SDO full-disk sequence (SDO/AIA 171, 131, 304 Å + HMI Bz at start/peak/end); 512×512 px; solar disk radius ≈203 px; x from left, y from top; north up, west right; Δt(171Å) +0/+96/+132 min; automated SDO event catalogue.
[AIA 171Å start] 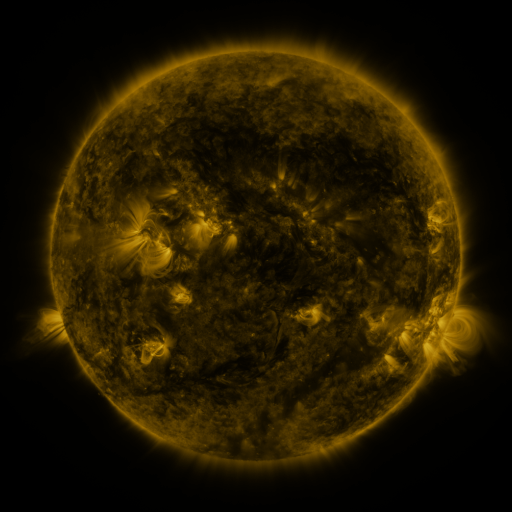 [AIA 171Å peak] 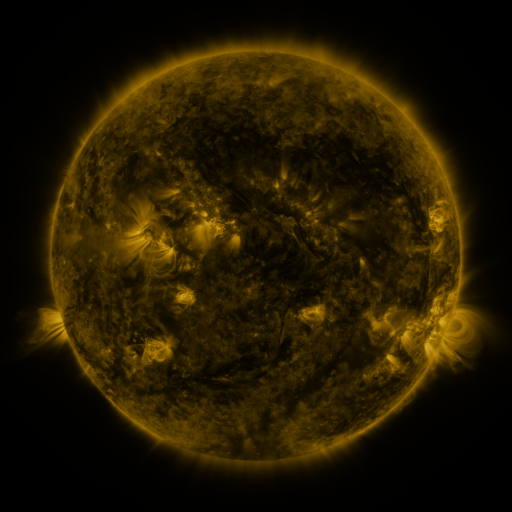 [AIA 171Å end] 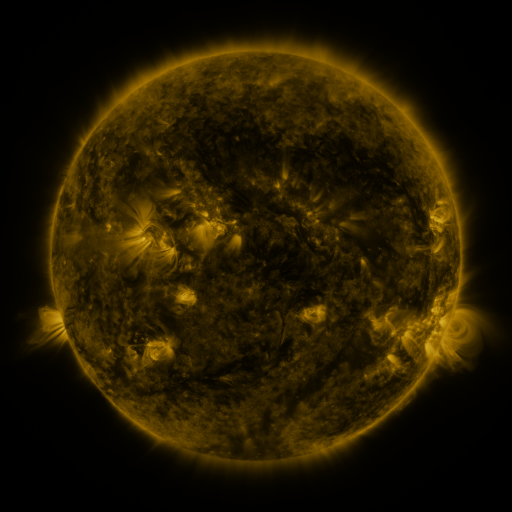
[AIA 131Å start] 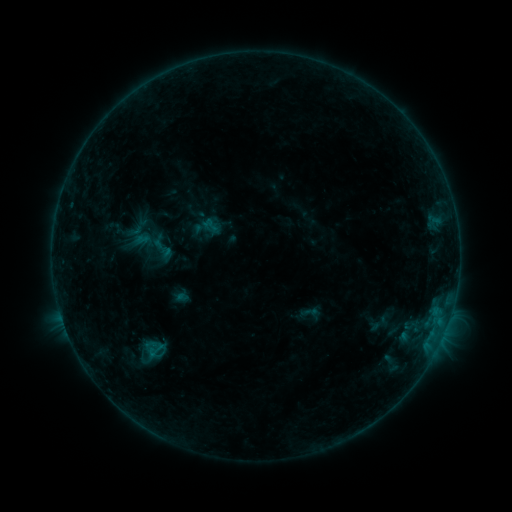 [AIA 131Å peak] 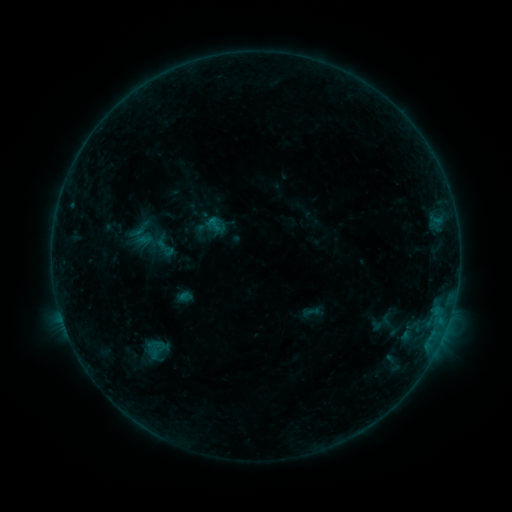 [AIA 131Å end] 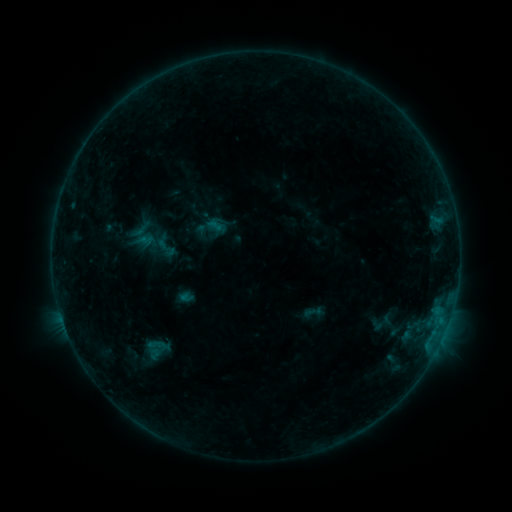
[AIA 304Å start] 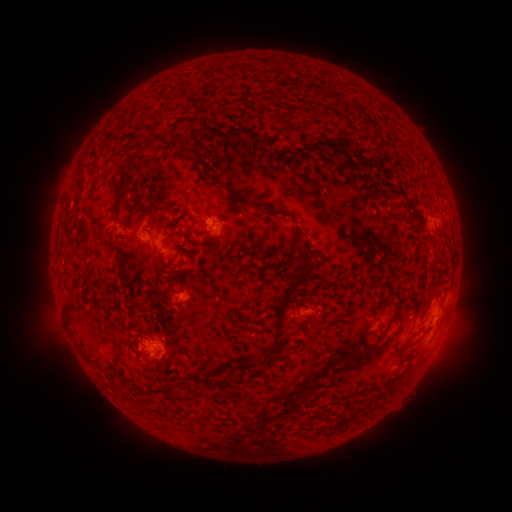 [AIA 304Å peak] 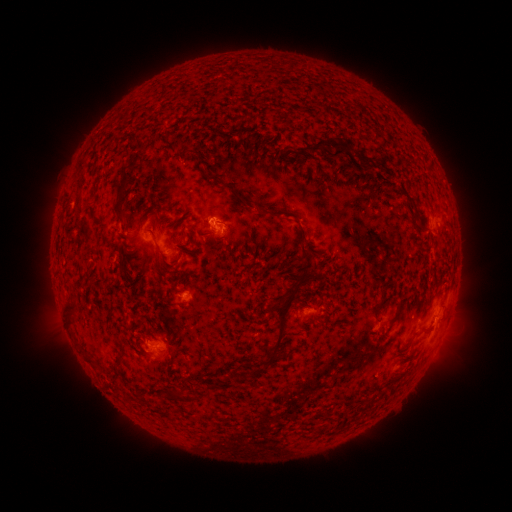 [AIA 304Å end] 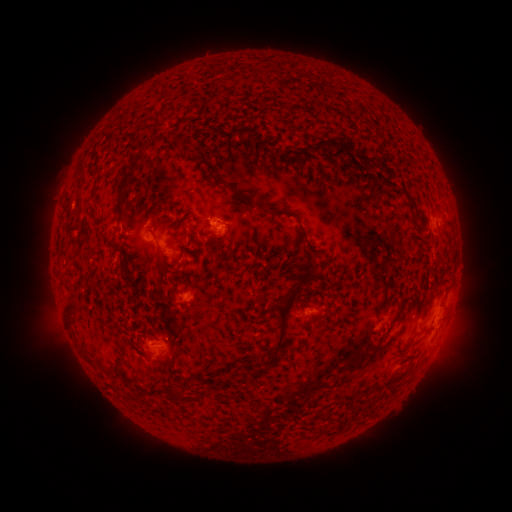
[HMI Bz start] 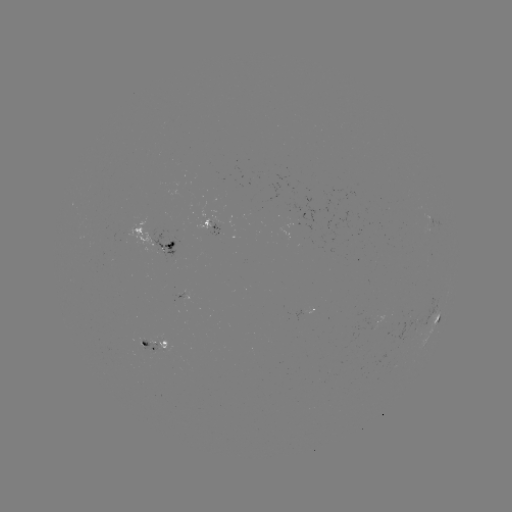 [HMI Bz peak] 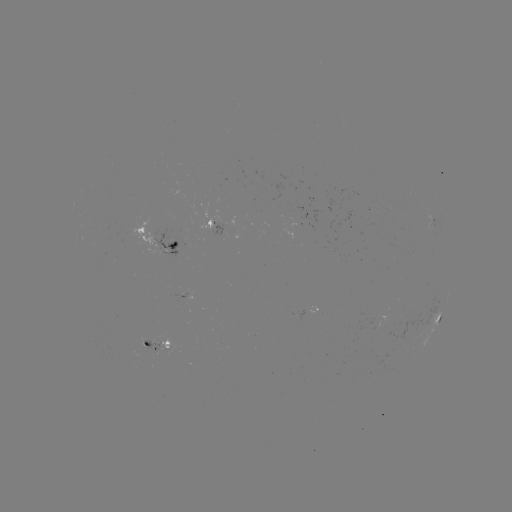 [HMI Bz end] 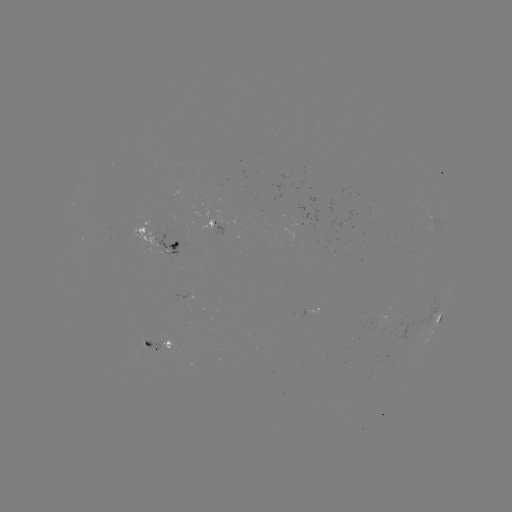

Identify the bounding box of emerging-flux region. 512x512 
[377, 316, 386, 332].